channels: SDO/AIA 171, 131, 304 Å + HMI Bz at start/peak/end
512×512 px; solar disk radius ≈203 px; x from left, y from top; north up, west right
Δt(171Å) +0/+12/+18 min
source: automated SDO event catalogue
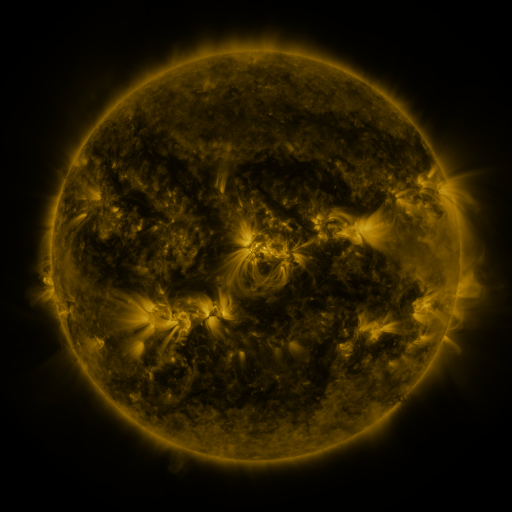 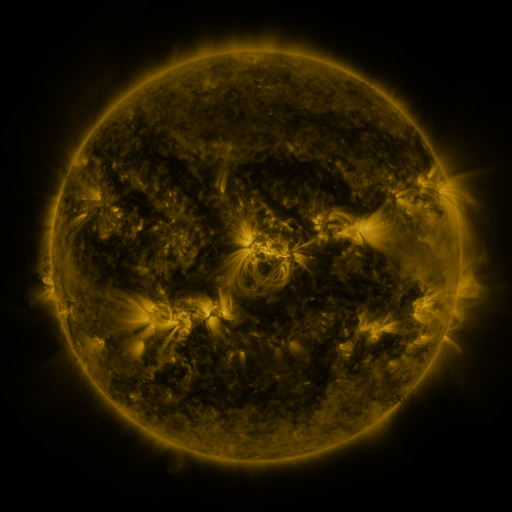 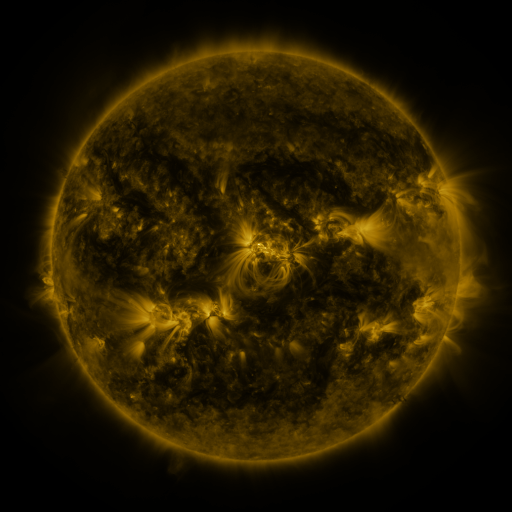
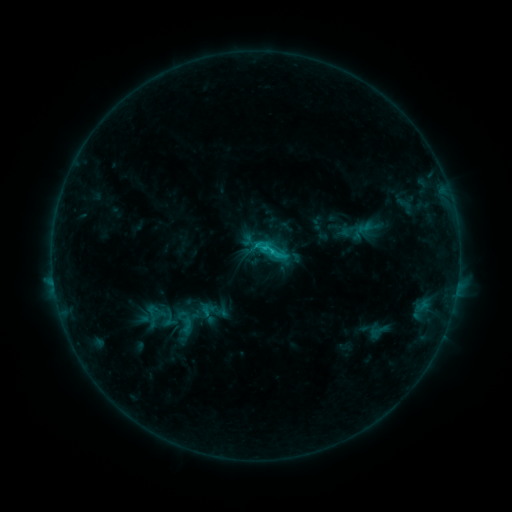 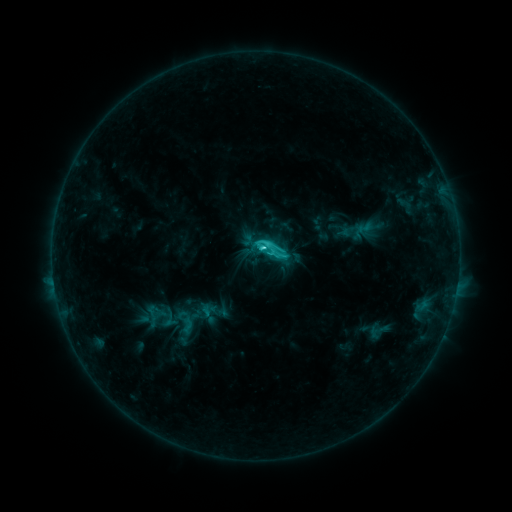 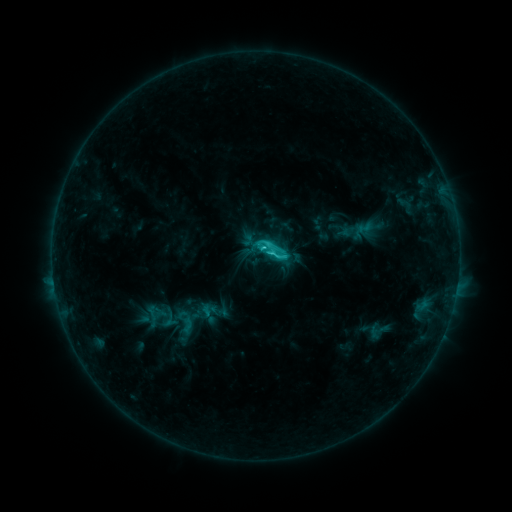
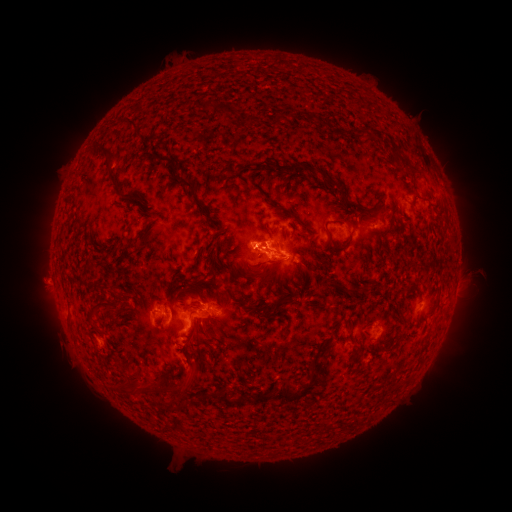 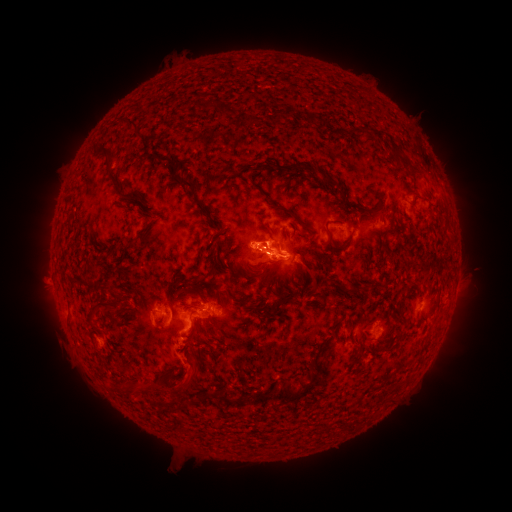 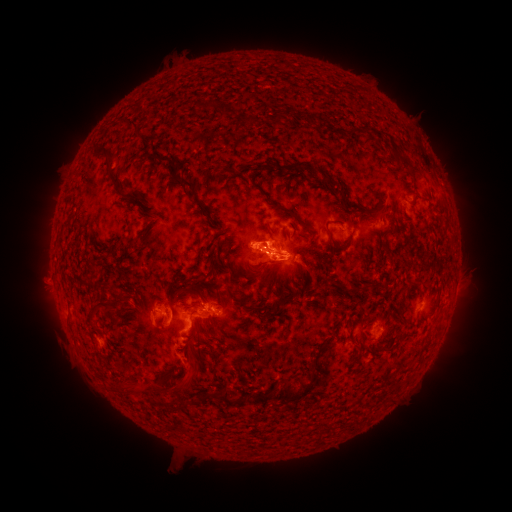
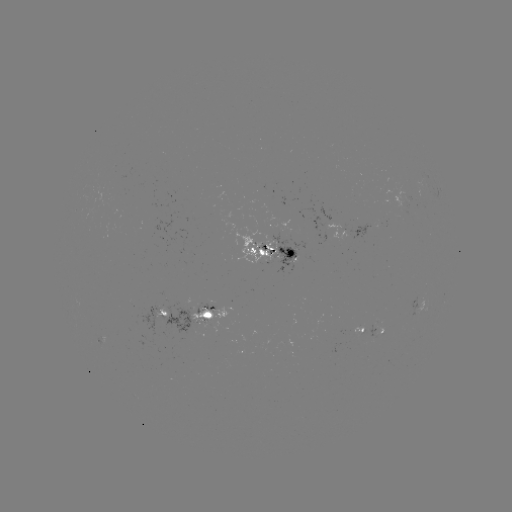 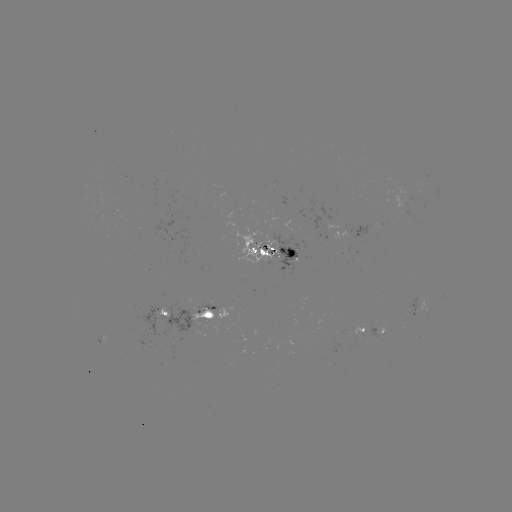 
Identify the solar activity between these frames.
C3.6 flare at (263, 249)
